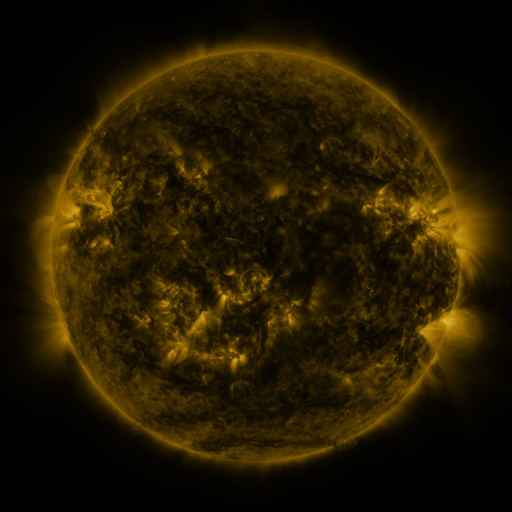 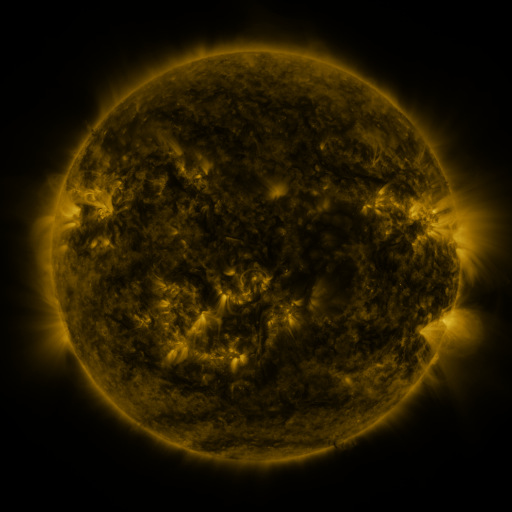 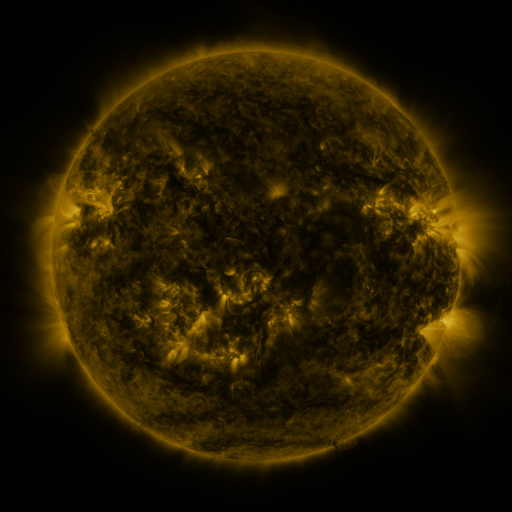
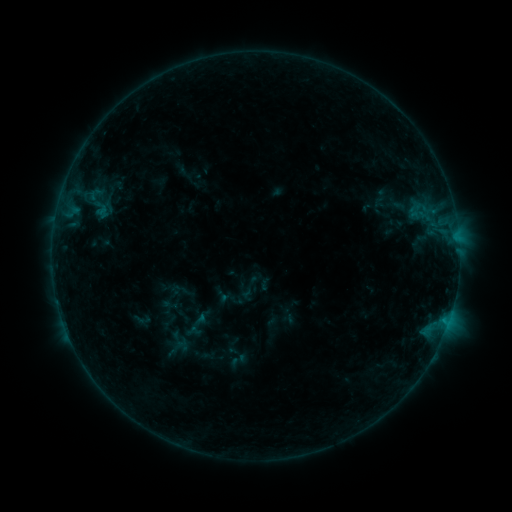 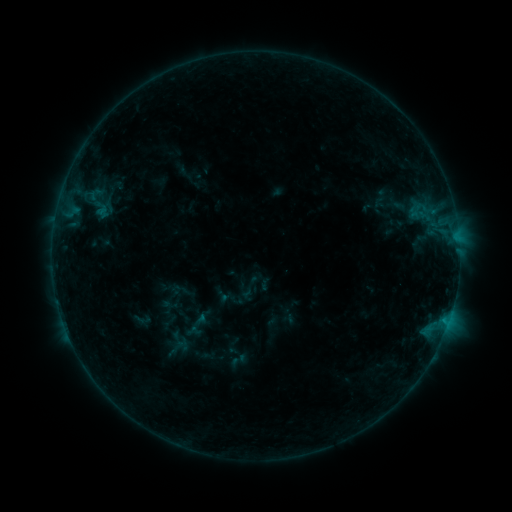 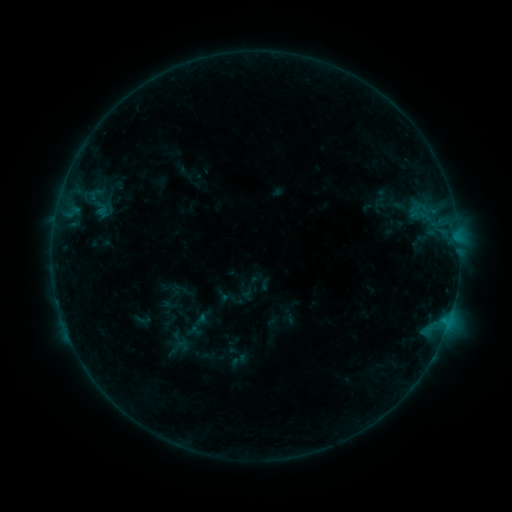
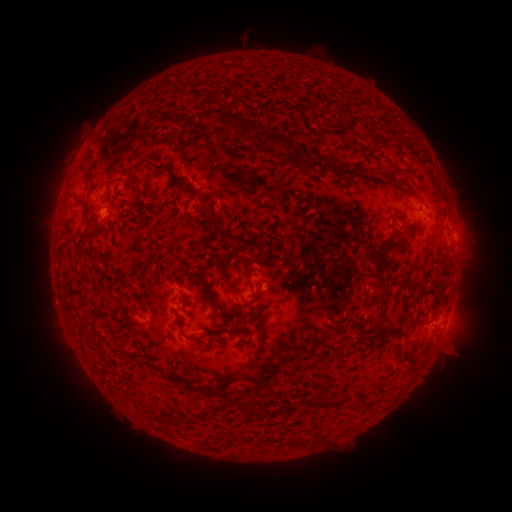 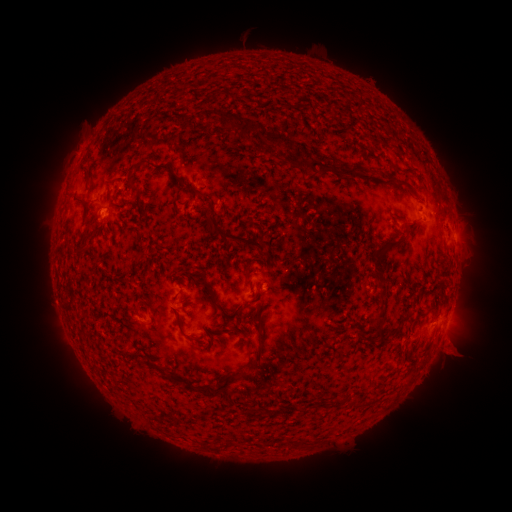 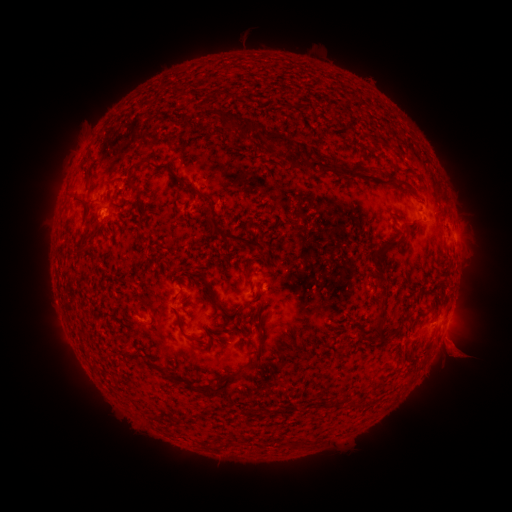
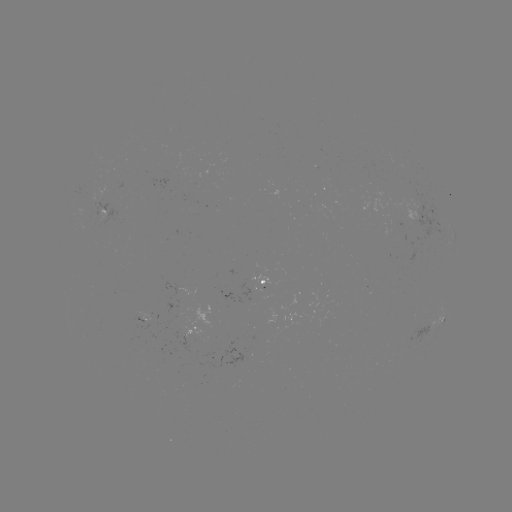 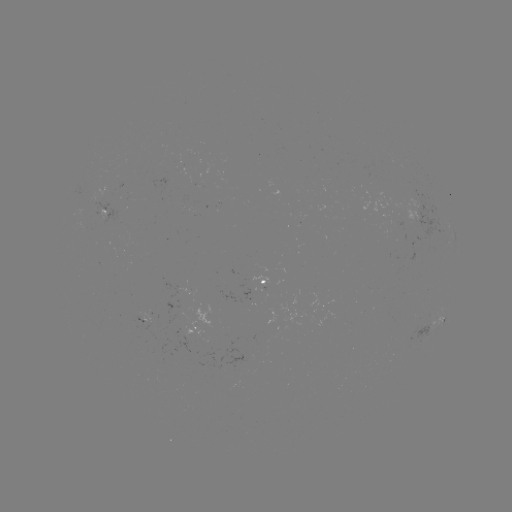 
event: eruption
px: (457, 351)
